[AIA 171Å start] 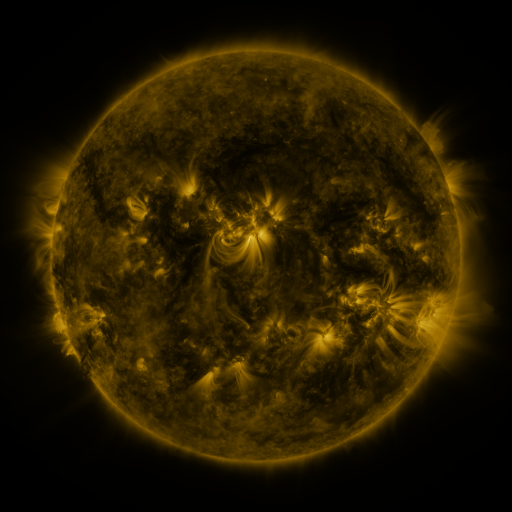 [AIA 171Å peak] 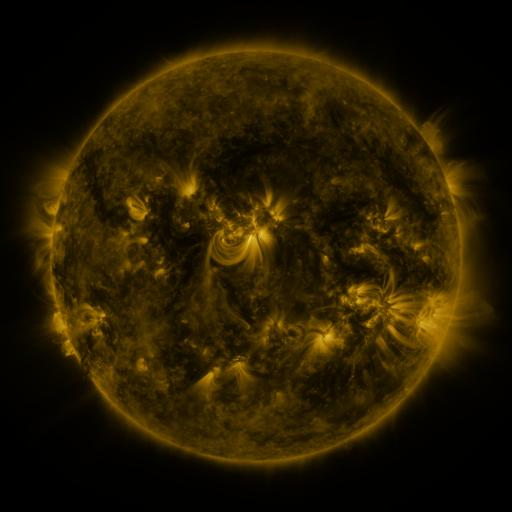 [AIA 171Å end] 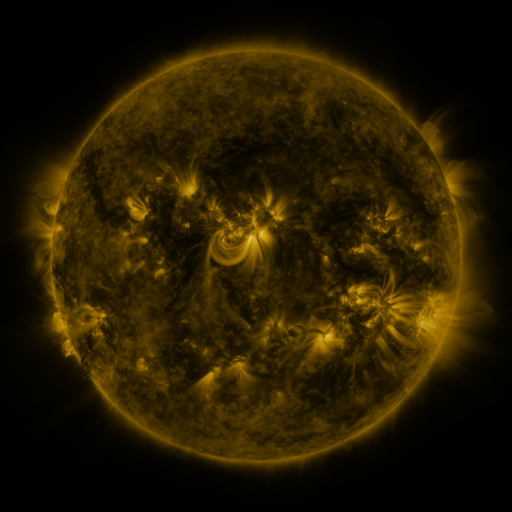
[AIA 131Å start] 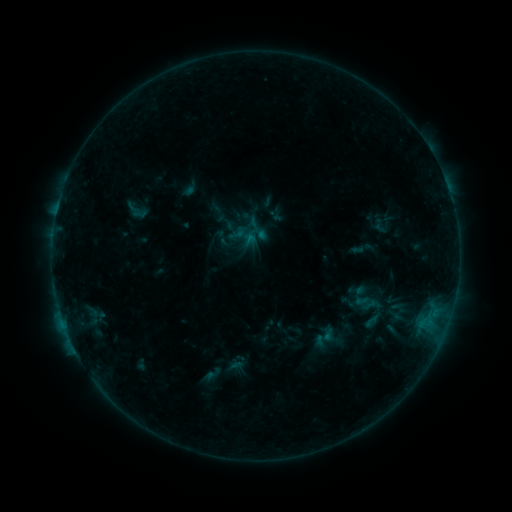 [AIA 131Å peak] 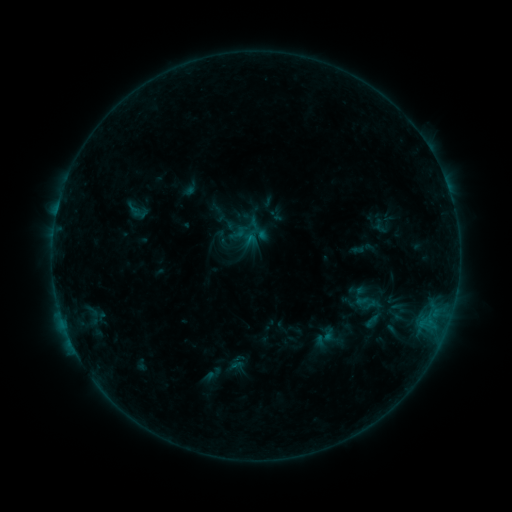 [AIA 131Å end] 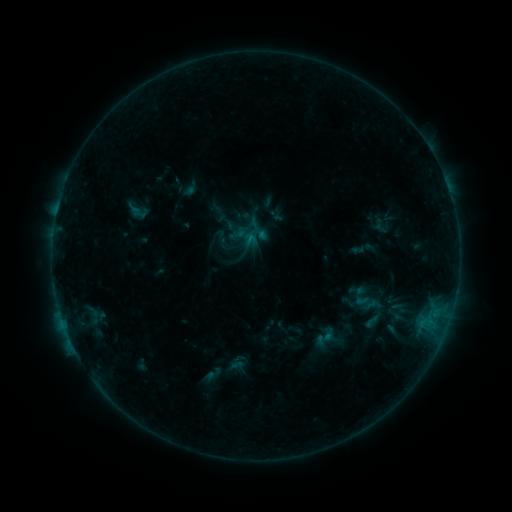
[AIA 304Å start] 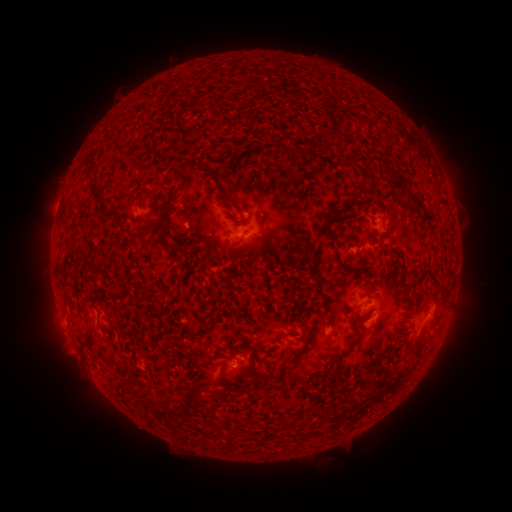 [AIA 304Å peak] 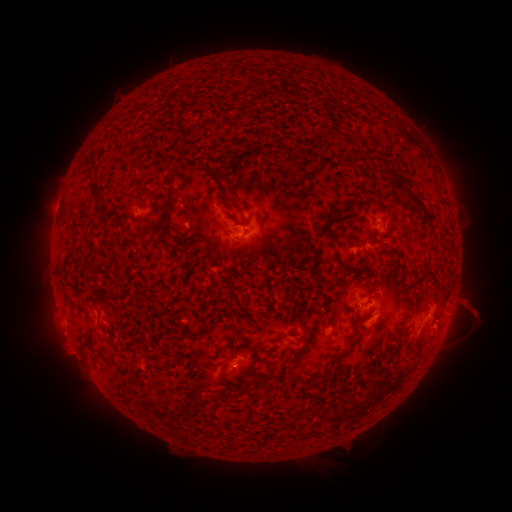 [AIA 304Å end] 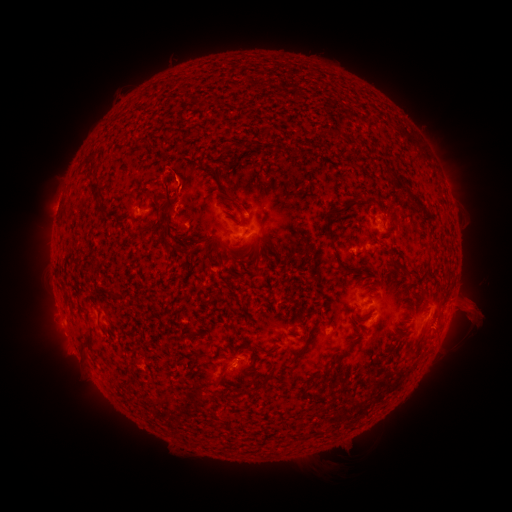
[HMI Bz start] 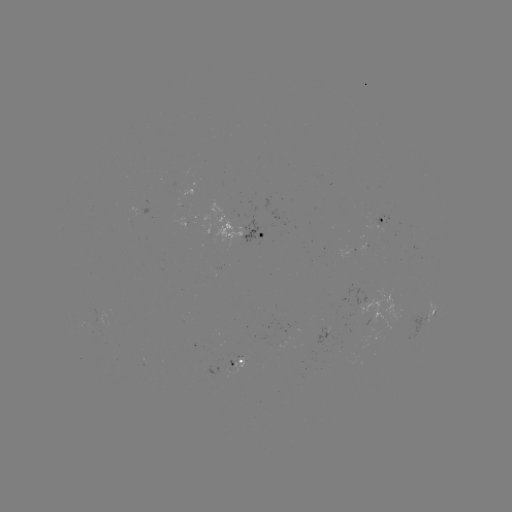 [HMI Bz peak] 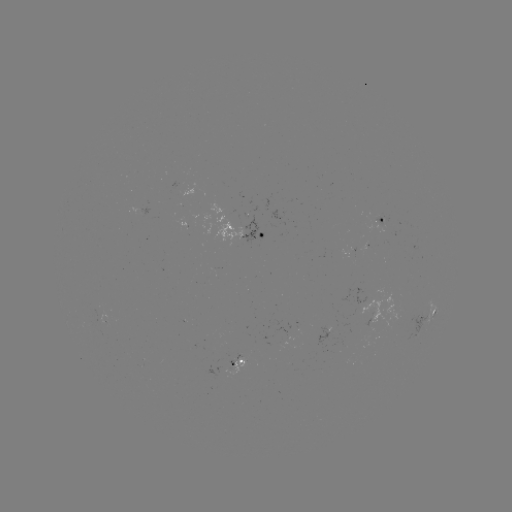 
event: eruption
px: (469, 307)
